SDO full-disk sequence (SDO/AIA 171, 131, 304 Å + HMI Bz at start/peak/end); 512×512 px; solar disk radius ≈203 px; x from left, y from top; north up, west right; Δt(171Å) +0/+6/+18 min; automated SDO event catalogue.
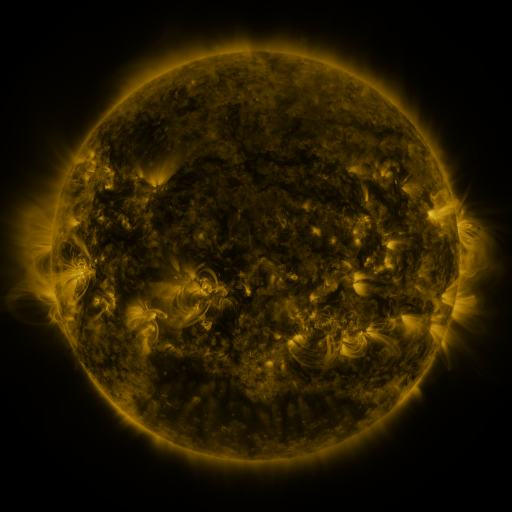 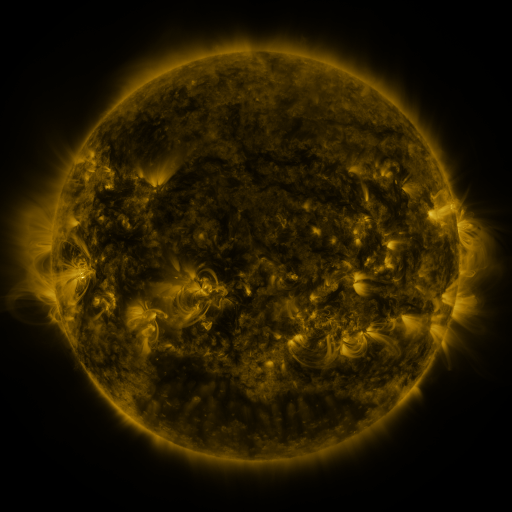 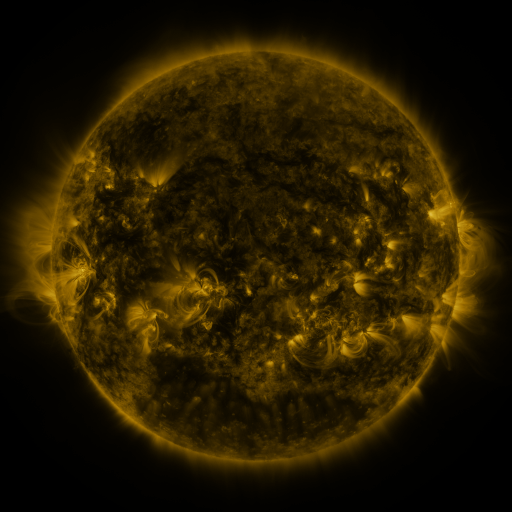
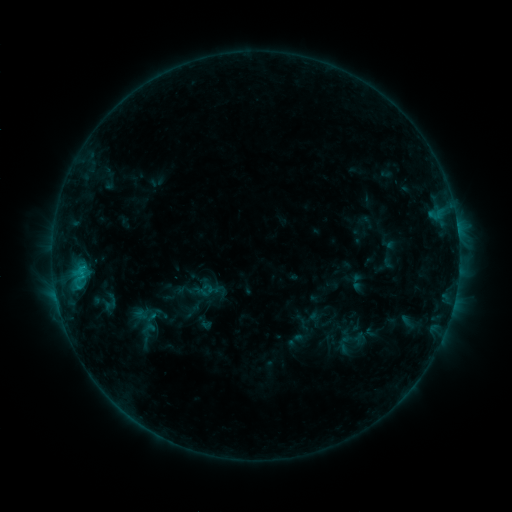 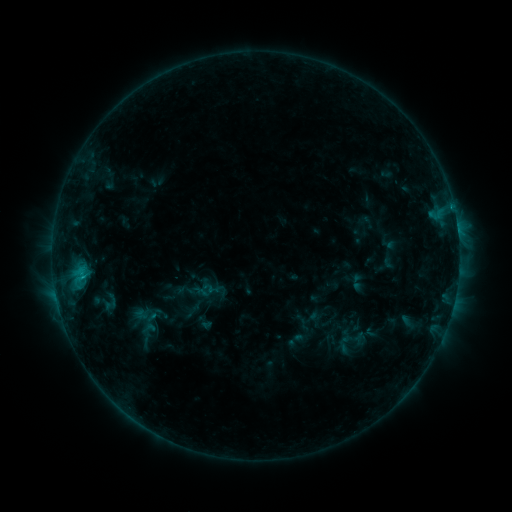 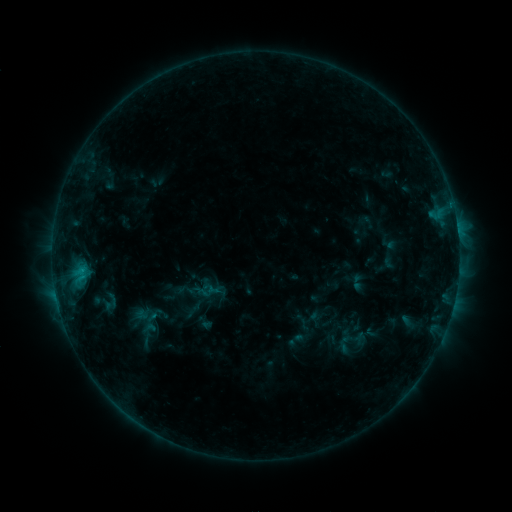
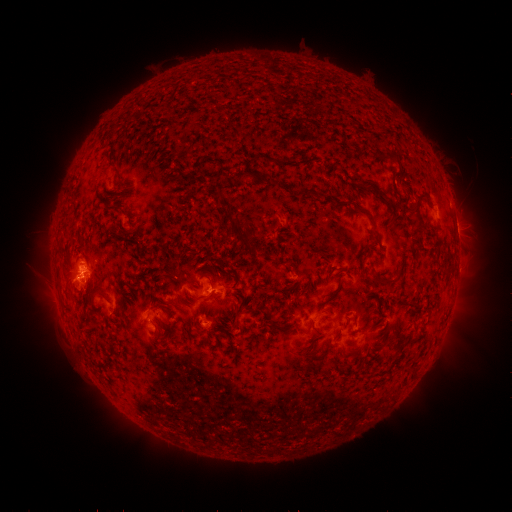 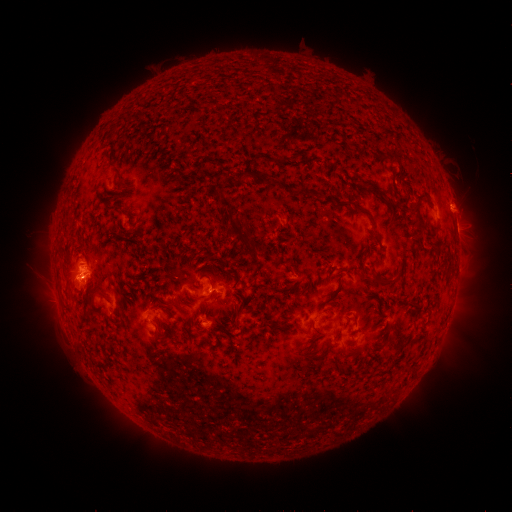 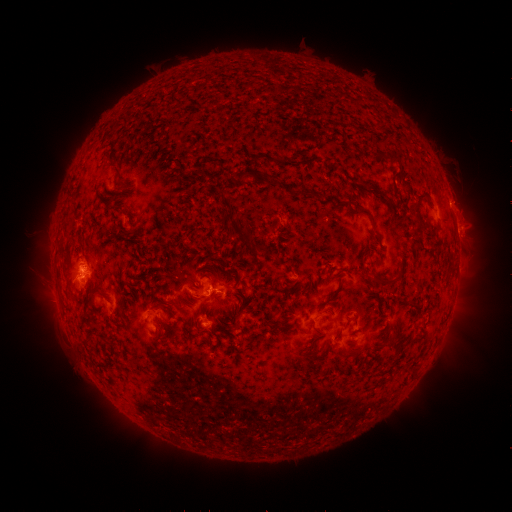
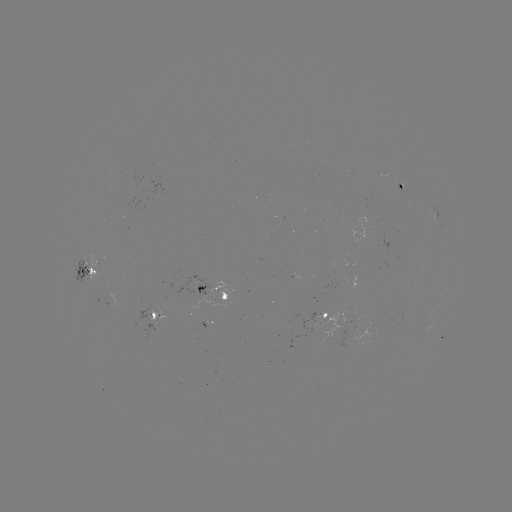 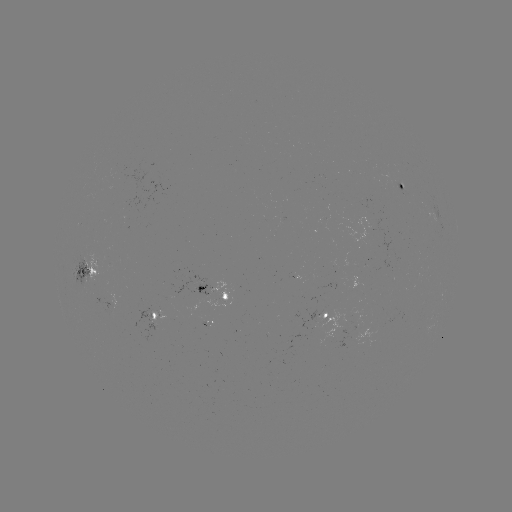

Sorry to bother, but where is eruption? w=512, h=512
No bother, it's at [465, 216].